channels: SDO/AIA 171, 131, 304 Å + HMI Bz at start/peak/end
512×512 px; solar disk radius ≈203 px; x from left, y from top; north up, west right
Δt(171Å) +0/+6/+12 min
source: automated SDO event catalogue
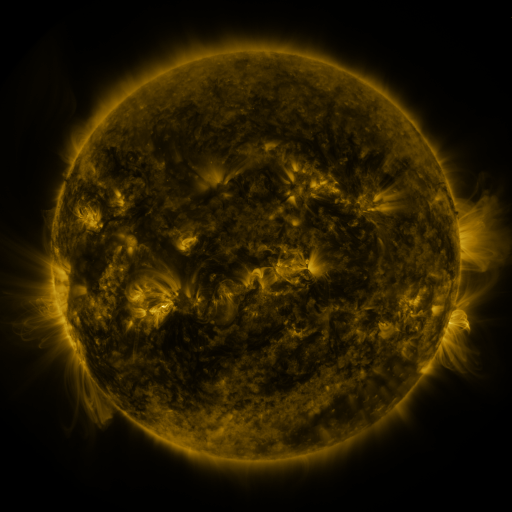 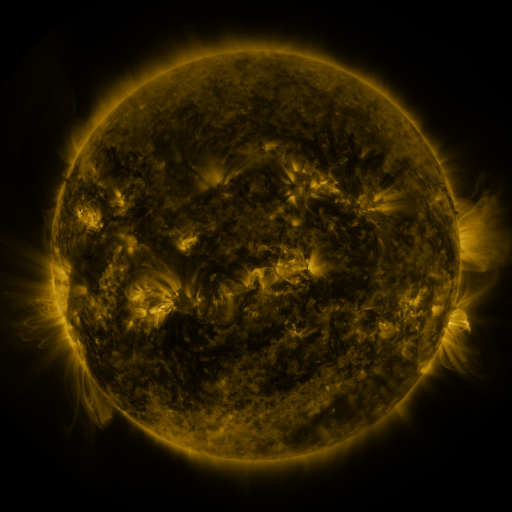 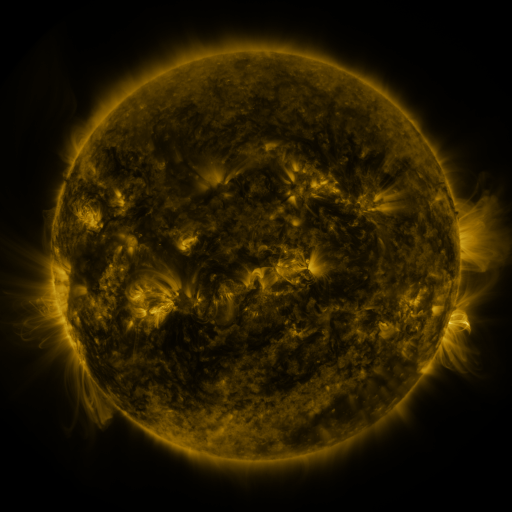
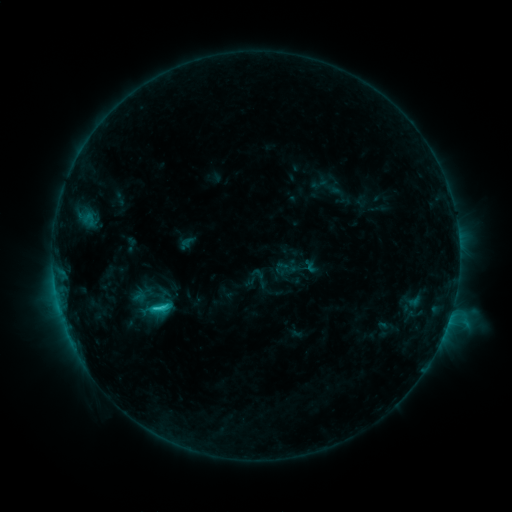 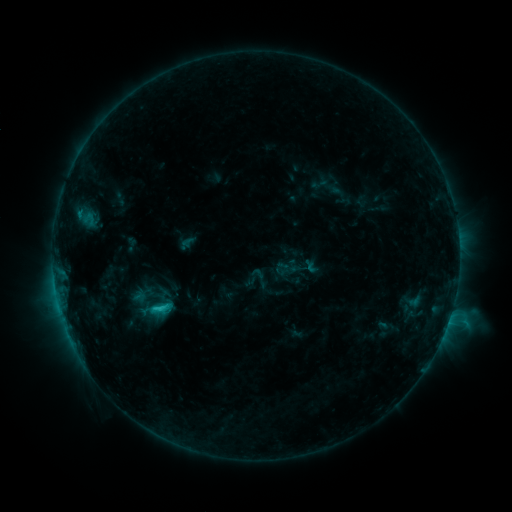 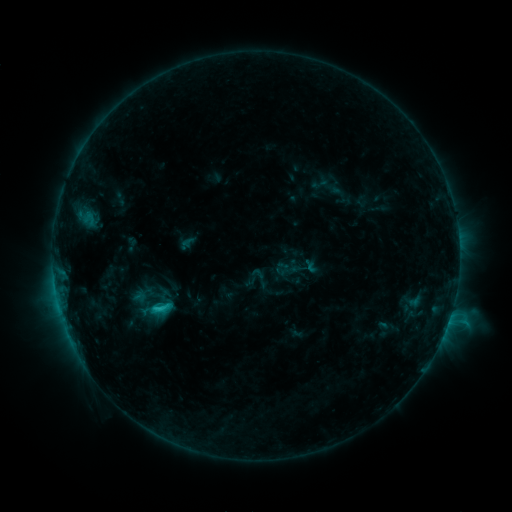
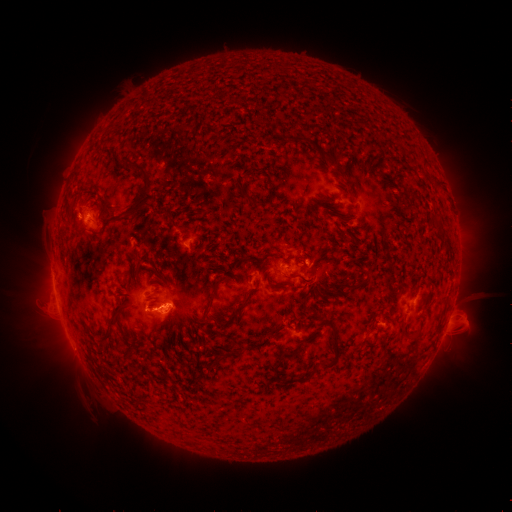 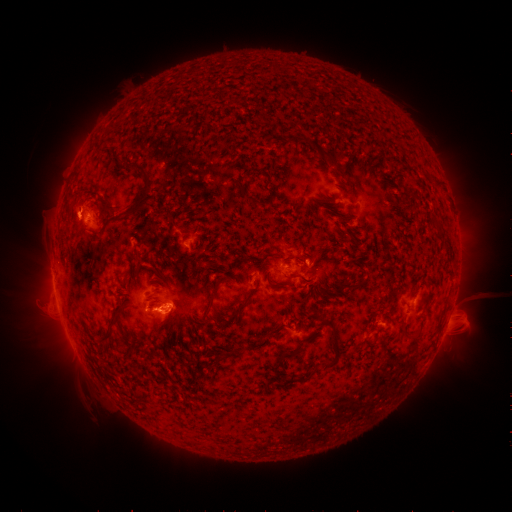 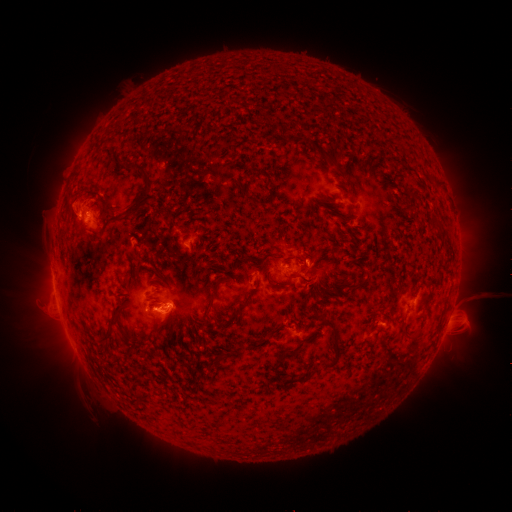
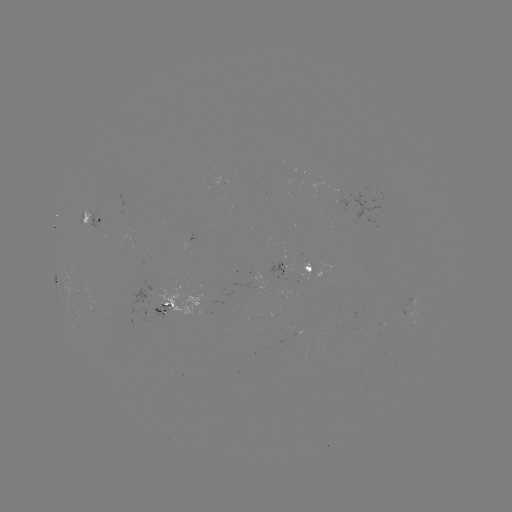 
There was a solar eruption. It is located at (71, 204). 